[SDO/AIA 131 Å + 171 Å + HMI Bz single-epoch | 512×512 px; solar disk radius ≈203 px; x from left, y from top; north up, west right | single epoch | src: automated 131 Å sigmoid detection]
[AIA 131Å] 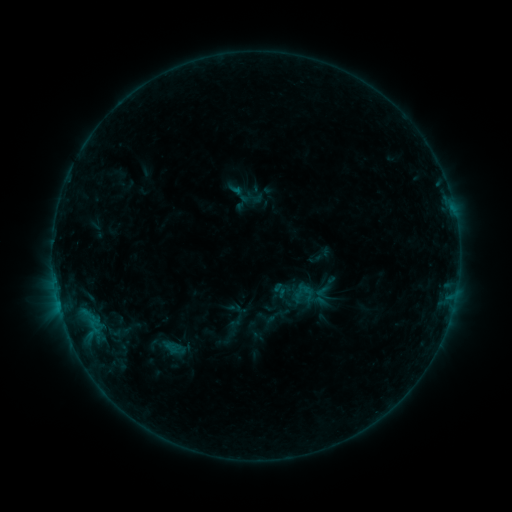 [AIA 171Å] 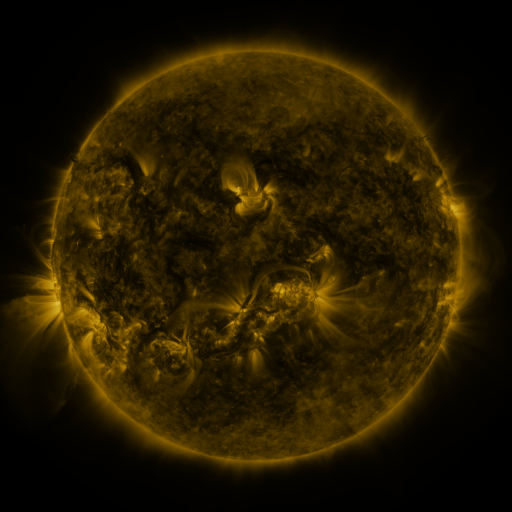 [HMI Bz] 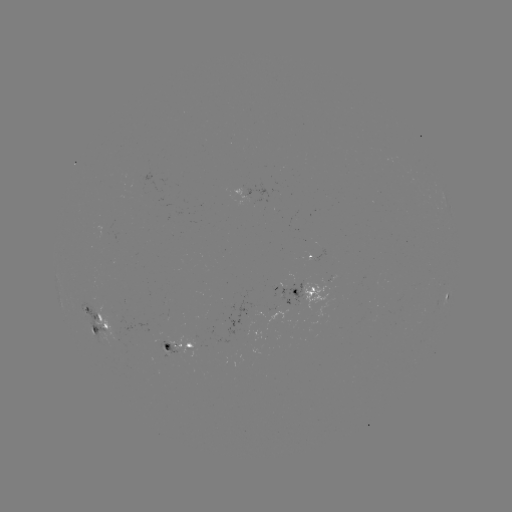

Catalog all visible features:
sigmoid: (255, 197)
